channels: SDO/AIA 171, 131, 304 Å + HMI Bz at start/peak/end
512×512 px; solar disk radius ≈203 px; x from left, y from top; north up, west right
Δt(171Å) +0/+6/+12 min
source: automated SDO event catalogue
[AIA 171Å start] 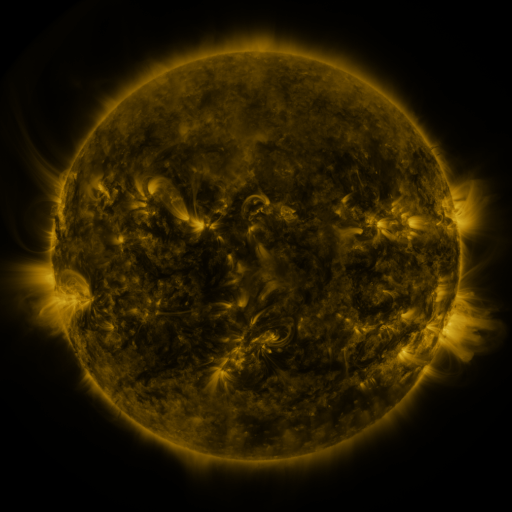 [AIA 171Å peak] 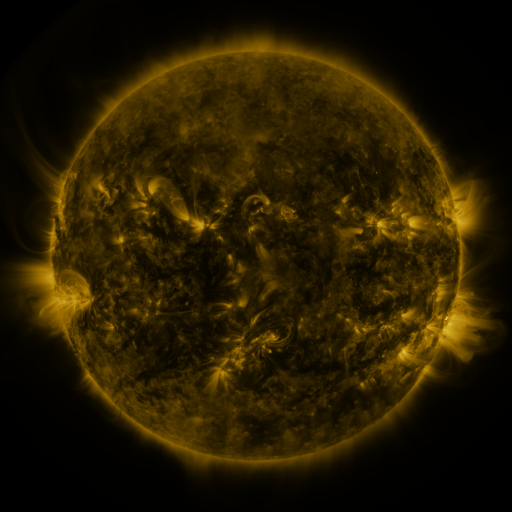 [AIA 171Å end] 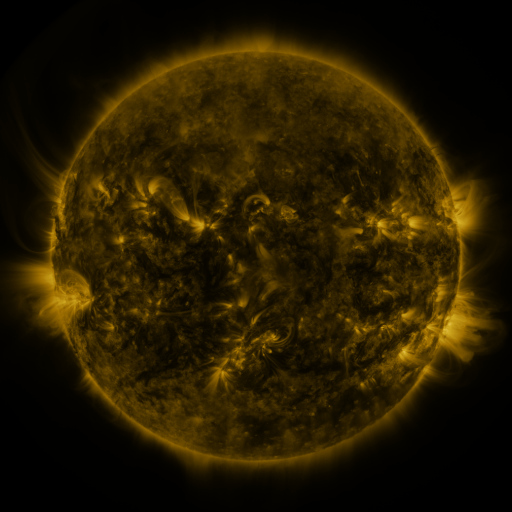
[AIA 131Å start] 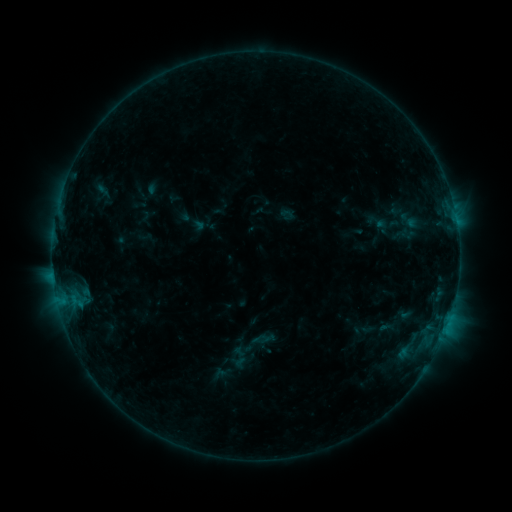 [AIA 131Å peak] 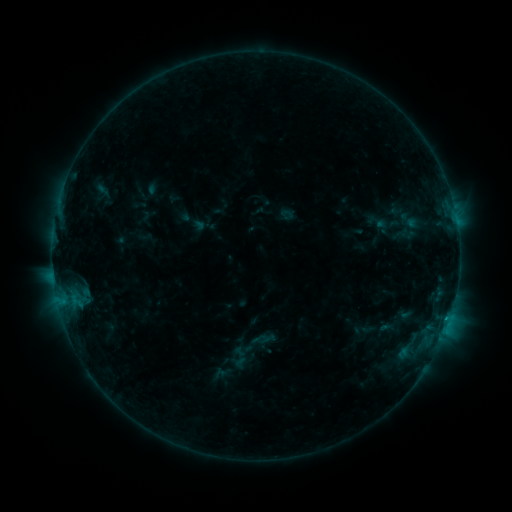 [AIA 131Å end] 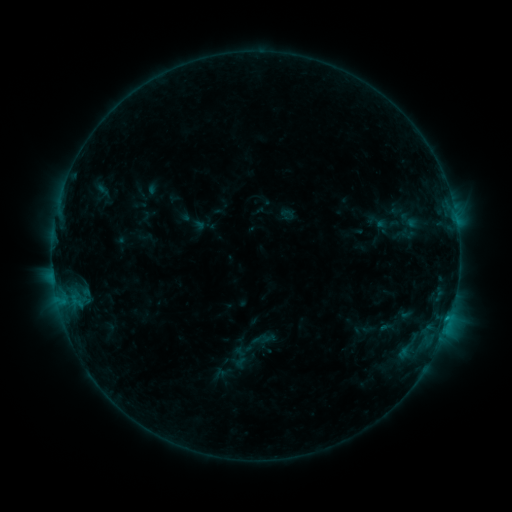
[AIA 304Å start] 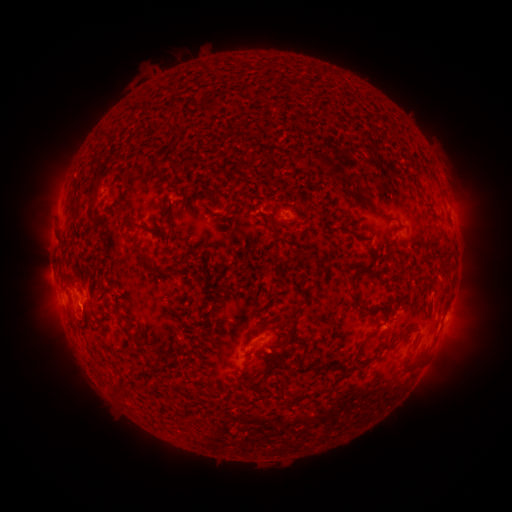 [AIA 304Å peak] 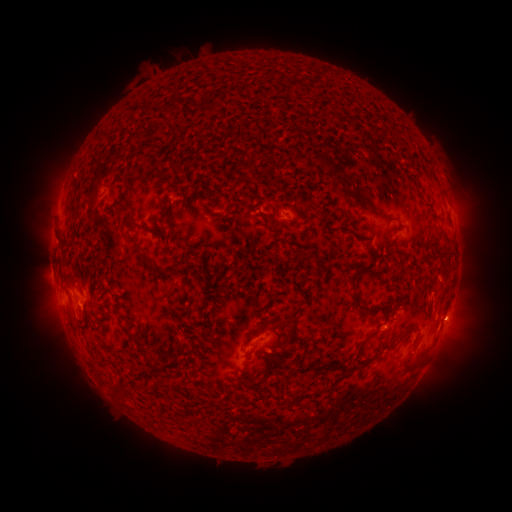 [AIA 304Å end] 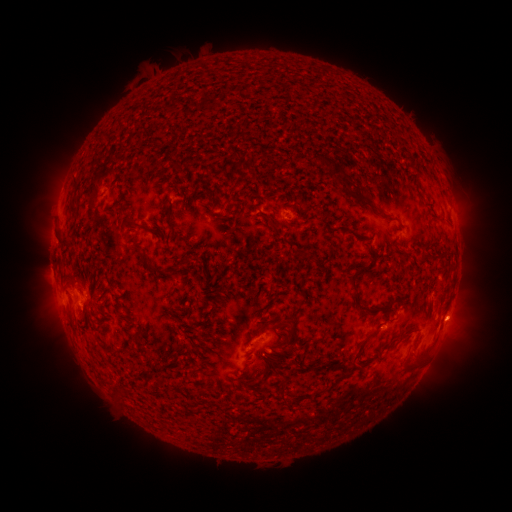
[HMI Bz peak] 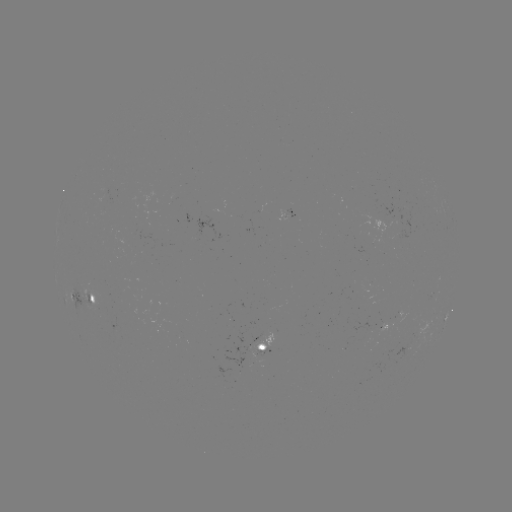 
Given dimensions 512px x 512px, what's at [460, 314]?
eruption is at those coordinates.